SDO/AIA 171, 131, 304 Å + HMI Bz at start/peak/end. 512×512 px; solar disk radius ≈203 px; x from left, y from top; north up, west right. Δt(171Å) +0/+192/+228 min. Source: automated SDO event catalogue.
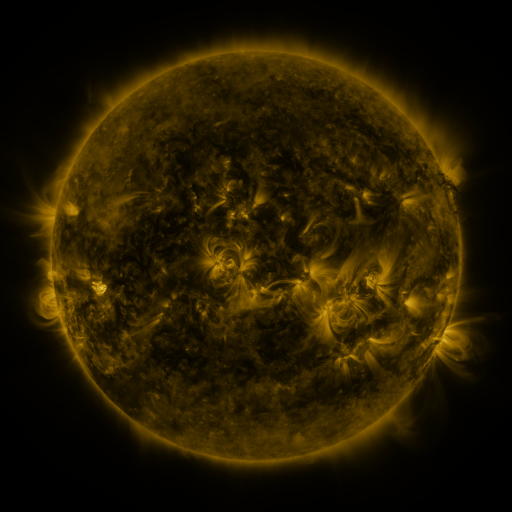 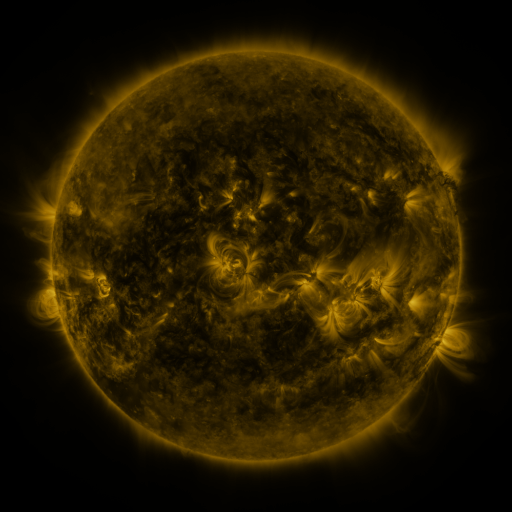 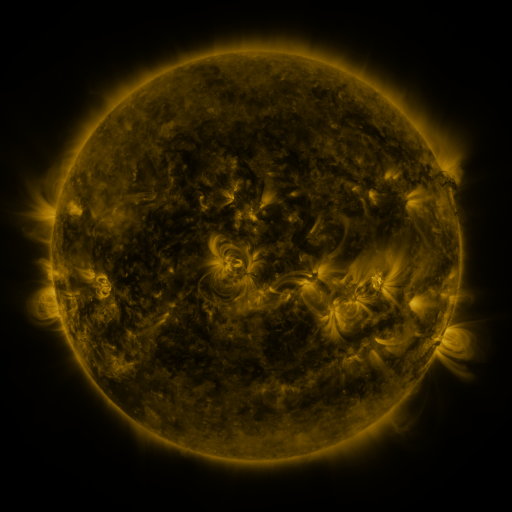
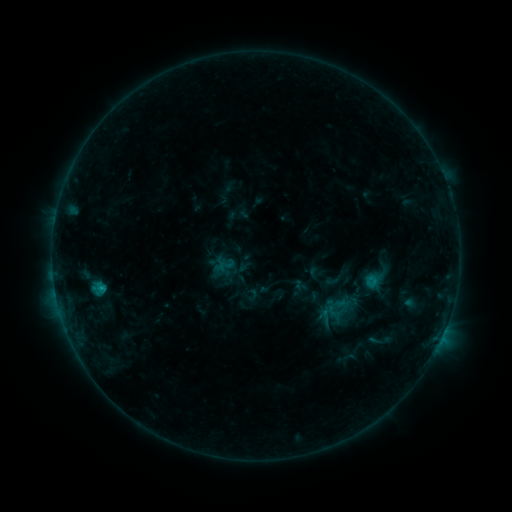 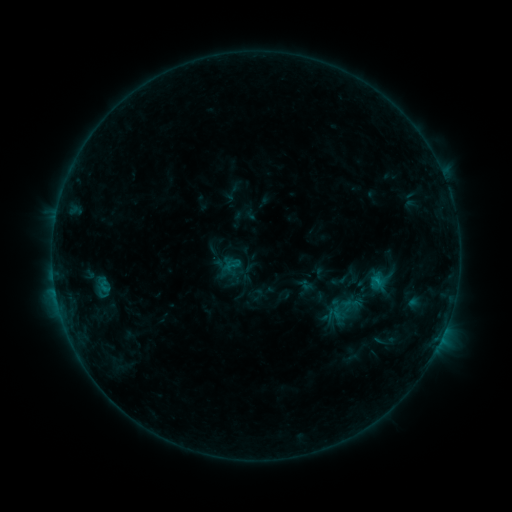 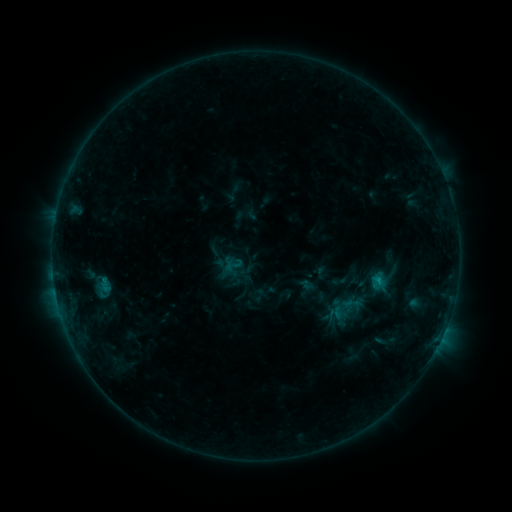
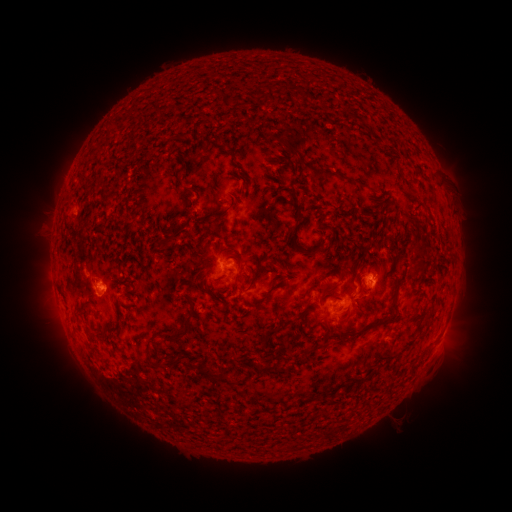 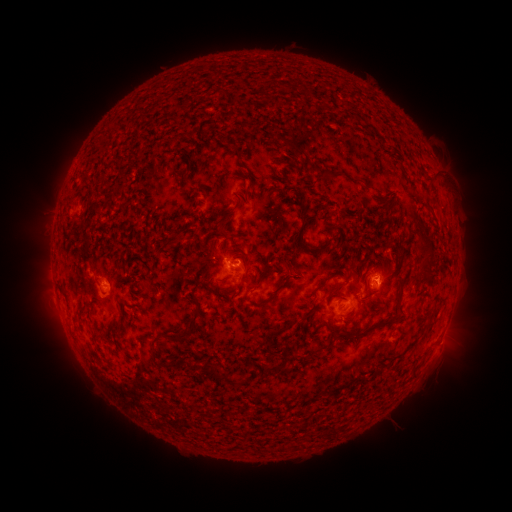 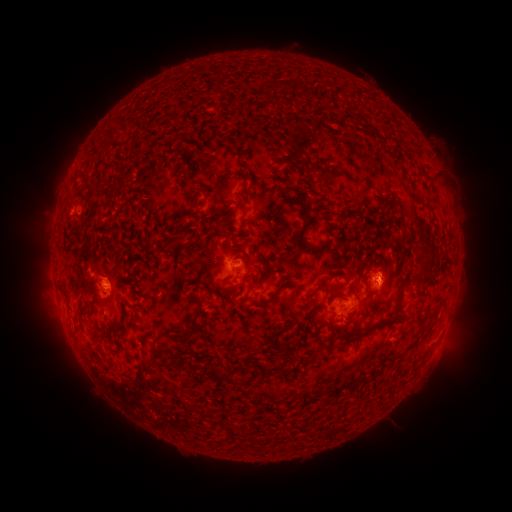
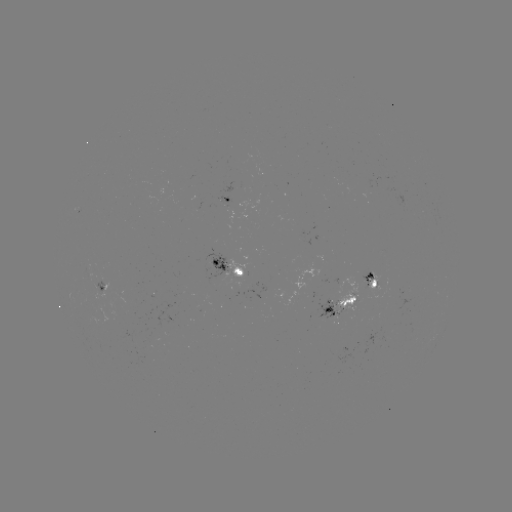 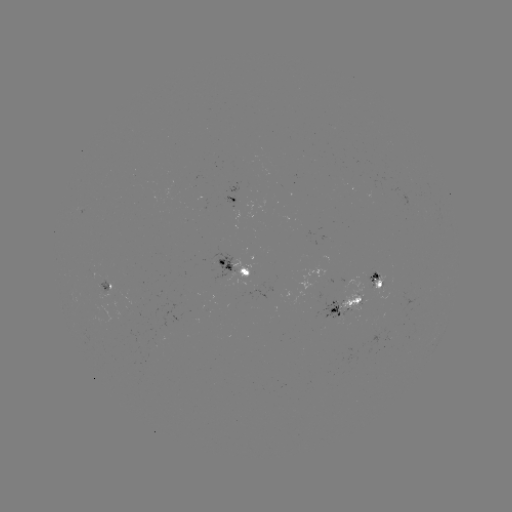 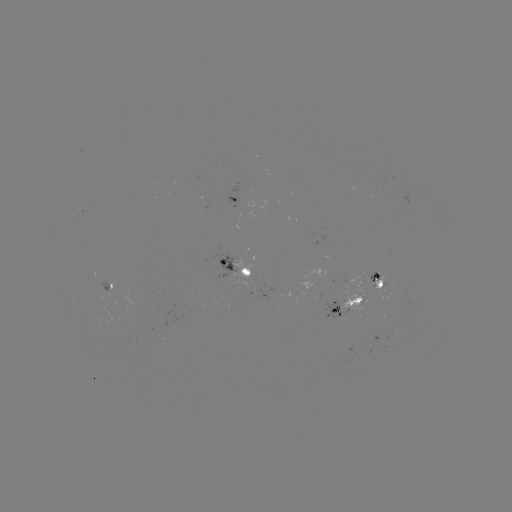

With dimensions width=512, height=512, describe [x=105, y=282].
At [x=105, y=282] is emerging-flux region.